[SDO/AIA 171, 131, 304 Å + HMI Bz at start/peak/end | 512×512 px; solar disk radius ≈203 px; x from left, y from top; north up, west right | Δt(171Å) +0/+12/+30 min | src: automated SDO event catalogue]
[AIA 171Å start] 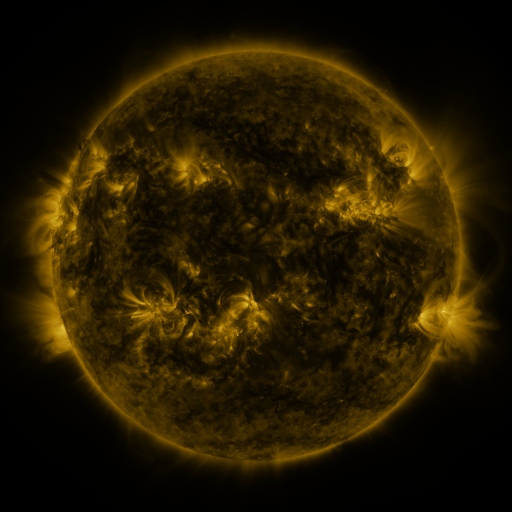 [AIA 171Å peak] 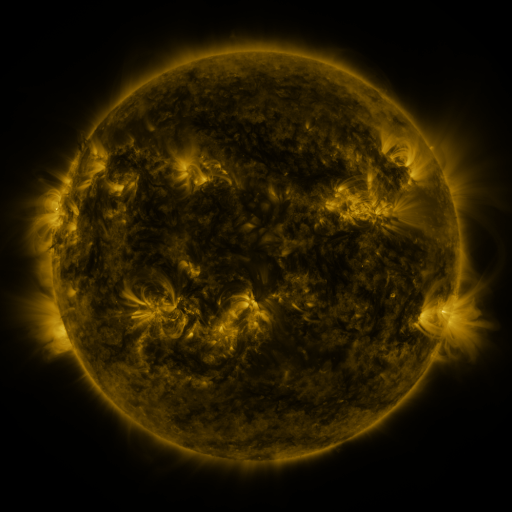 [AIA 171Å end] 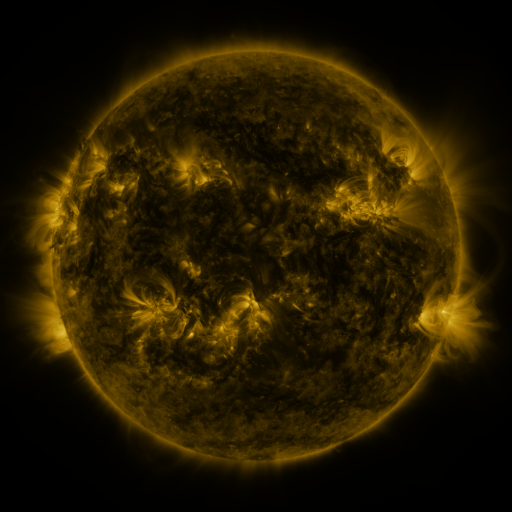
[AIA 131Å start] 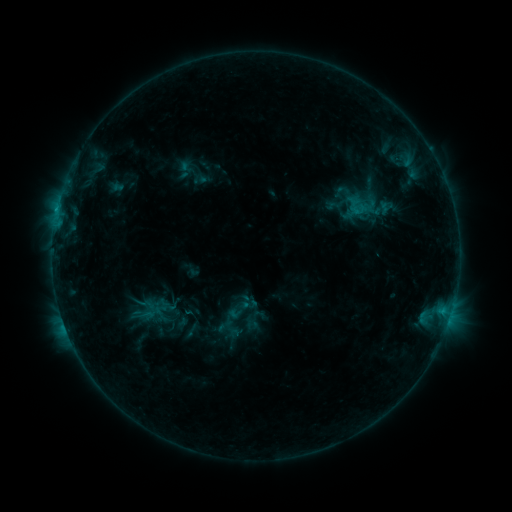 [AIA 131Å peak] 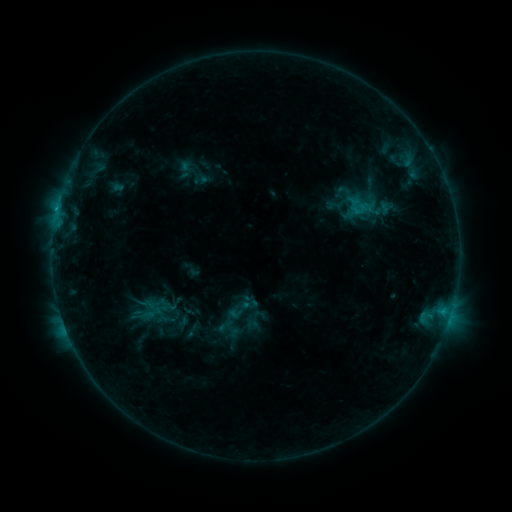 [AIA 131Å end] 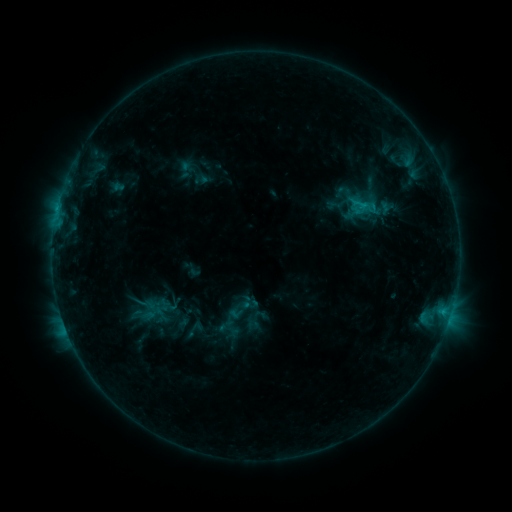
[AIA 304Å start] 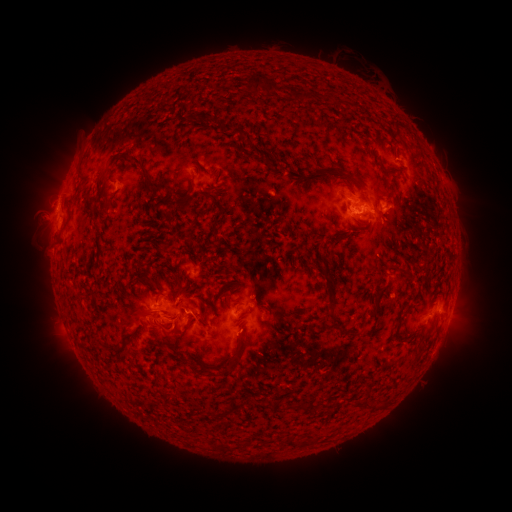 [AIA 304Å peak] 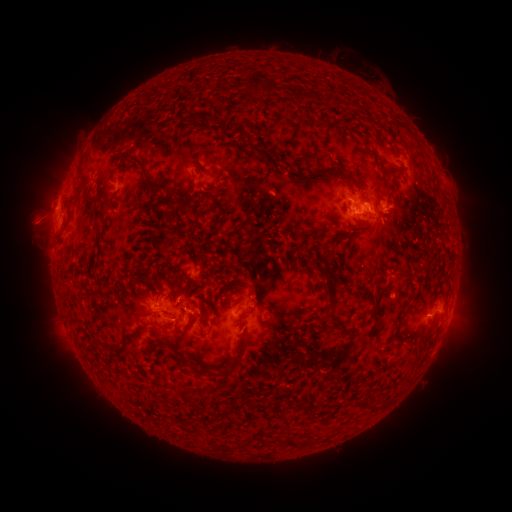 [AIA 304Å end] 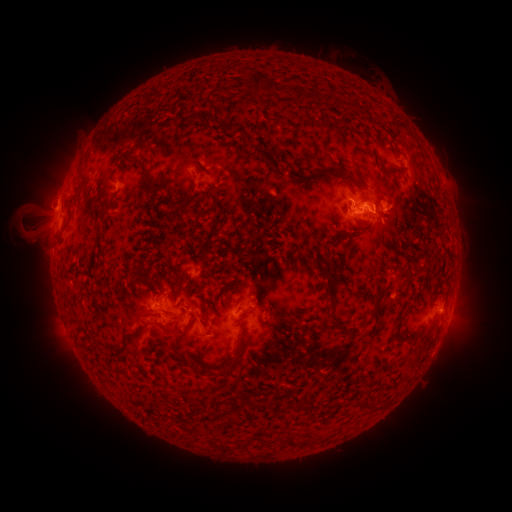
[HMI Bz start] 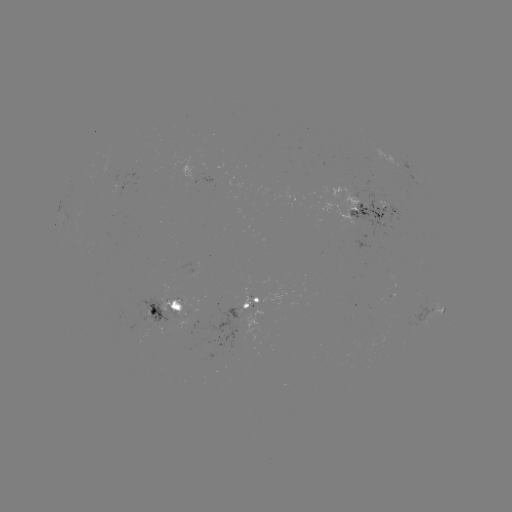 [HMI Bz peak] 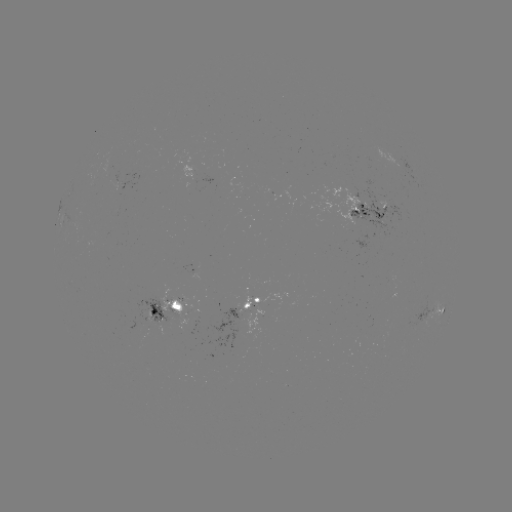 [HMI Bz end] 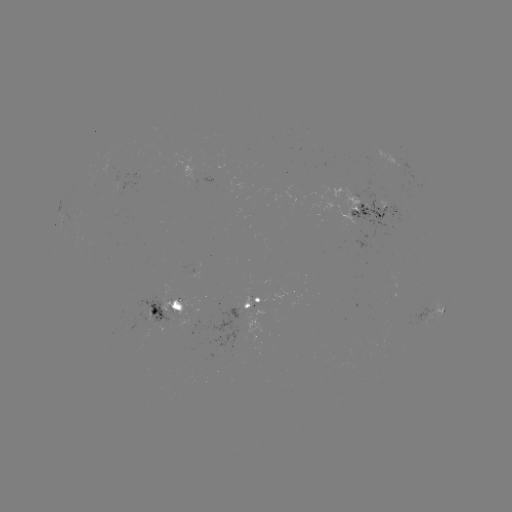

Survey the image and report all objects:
eruption: (34, 218)
